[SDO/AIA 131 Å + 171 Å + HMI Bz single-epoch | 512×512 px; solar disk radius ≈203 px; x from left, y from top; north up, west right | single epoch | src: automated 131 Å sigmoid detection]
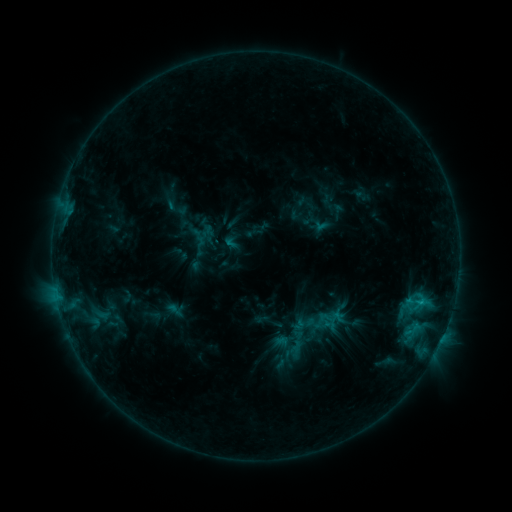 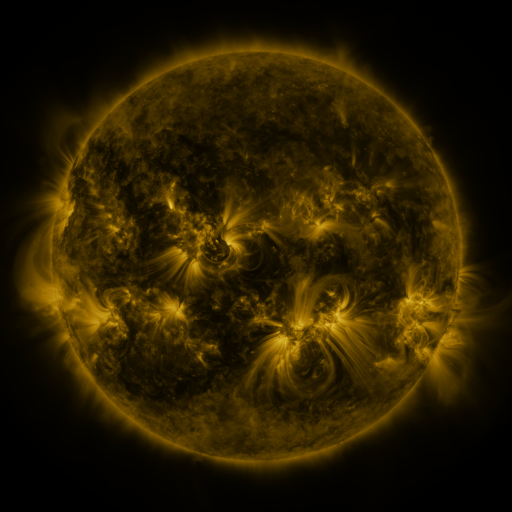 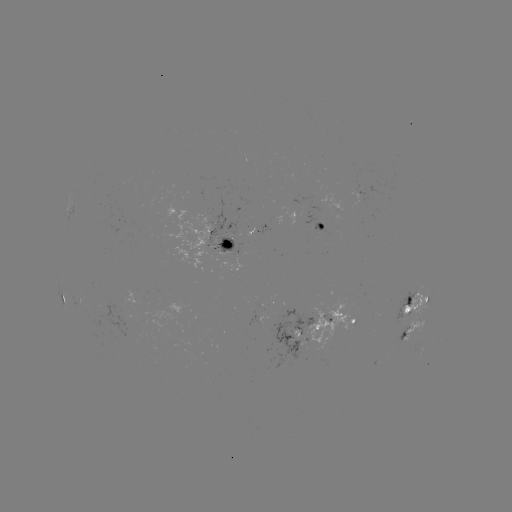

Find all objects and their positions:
sigmoid: (305, 303, 339, 337)
